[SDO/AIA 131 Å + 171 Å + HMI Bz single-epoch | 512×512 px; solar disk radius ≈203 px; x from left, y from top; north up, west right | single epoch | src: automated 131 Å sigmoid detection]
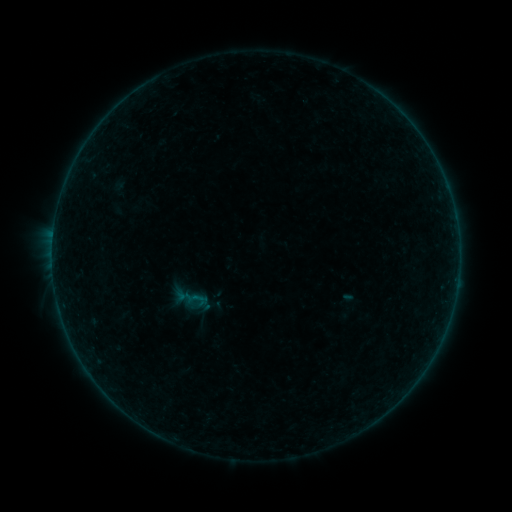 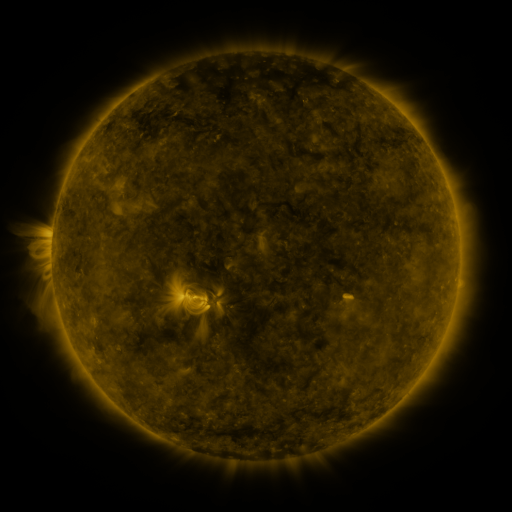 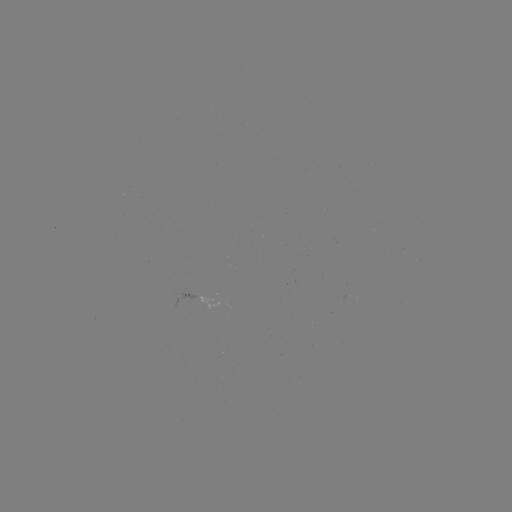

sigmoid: (182, 286, 209, 313)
